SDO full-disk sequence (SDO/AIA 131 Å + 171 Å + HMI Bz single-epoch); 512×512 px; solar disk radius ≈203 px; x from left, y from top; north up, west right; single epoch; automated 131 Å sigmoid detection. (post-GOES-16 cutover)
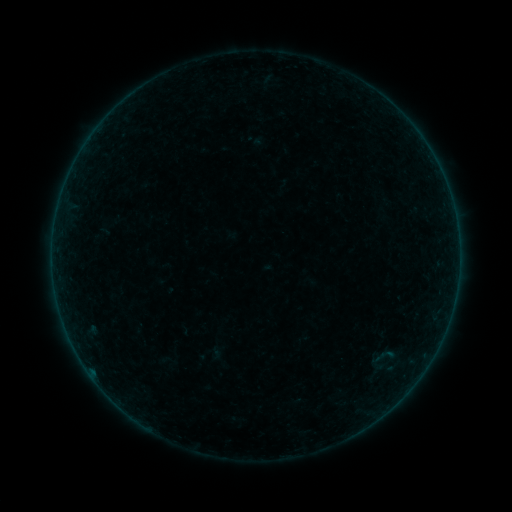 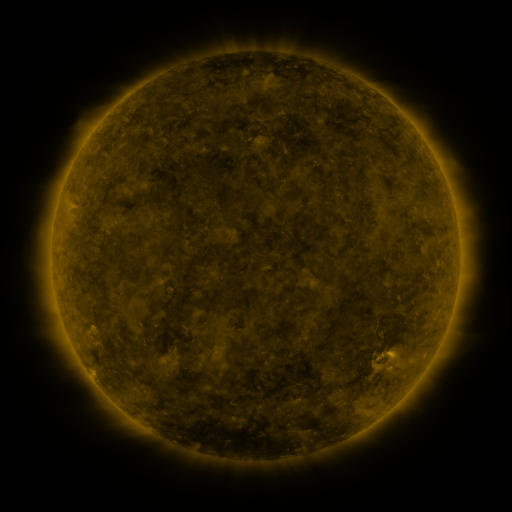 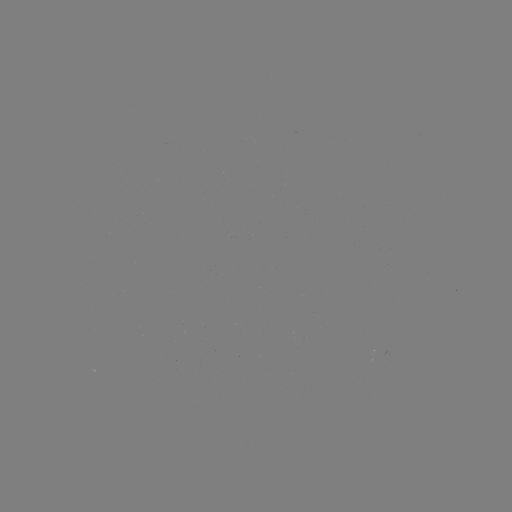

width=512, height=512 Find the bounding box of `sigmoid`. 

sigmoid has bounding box [371, 343, 396, 369].